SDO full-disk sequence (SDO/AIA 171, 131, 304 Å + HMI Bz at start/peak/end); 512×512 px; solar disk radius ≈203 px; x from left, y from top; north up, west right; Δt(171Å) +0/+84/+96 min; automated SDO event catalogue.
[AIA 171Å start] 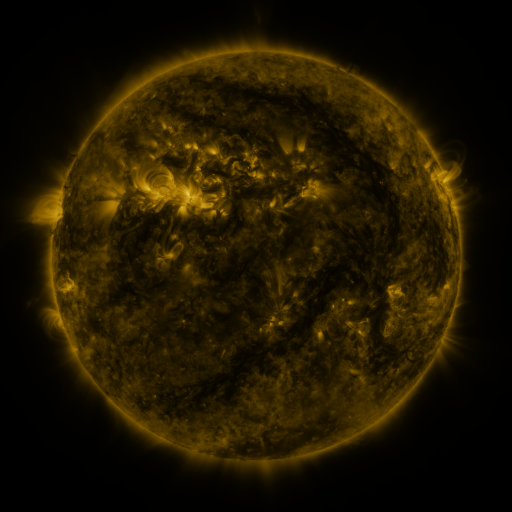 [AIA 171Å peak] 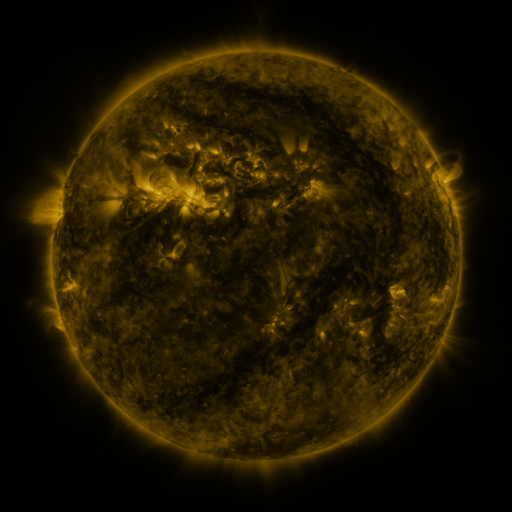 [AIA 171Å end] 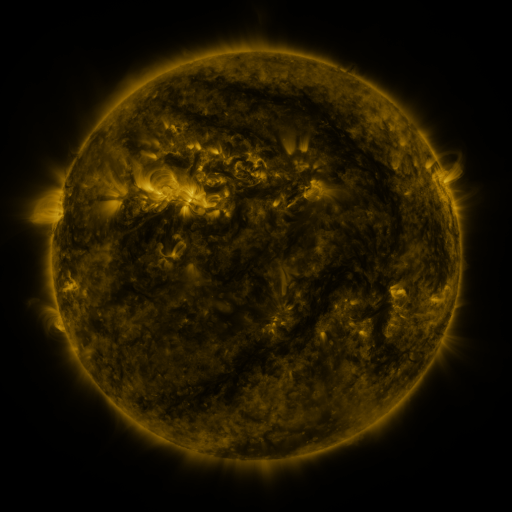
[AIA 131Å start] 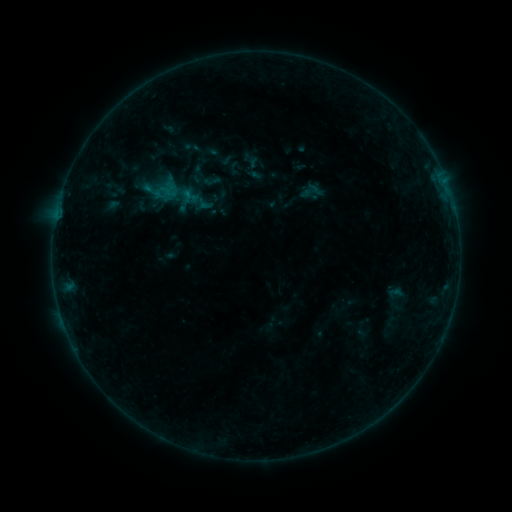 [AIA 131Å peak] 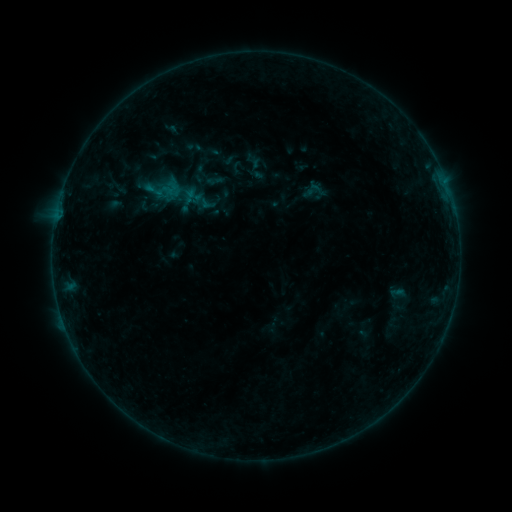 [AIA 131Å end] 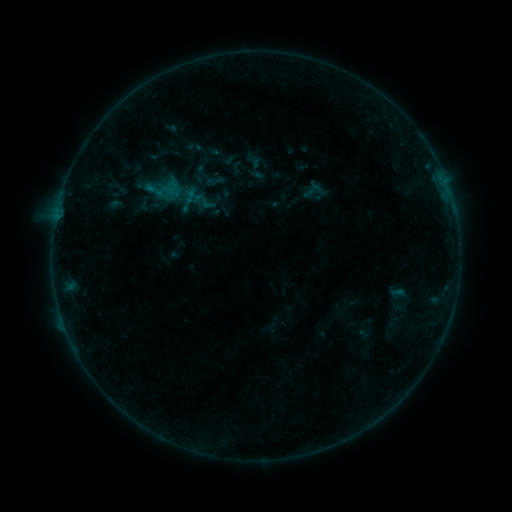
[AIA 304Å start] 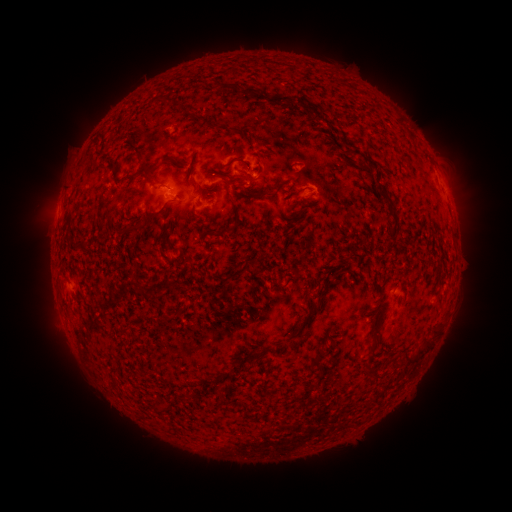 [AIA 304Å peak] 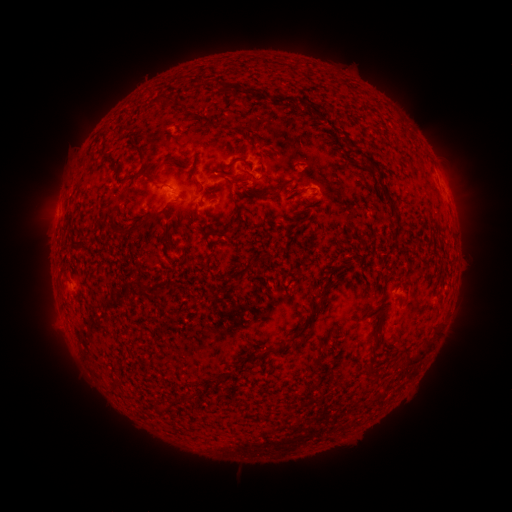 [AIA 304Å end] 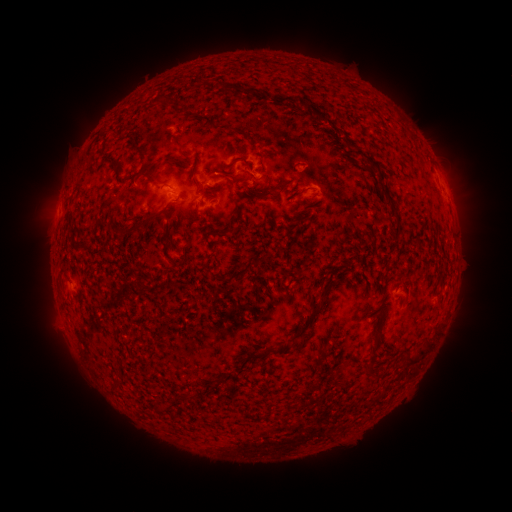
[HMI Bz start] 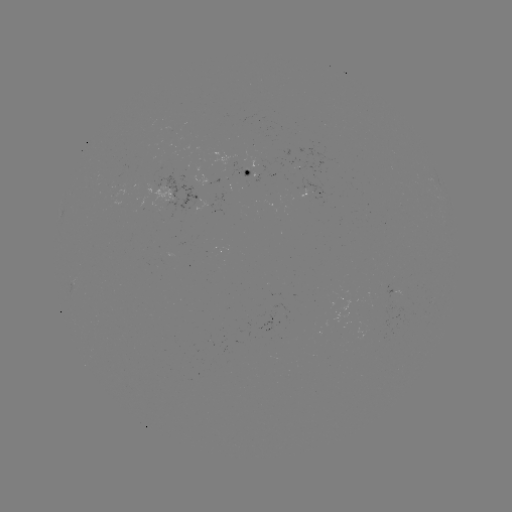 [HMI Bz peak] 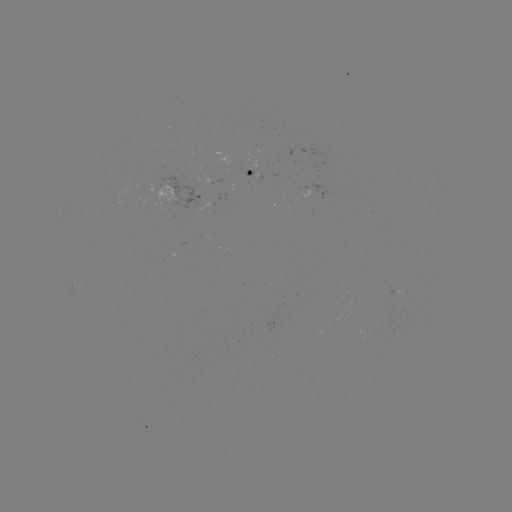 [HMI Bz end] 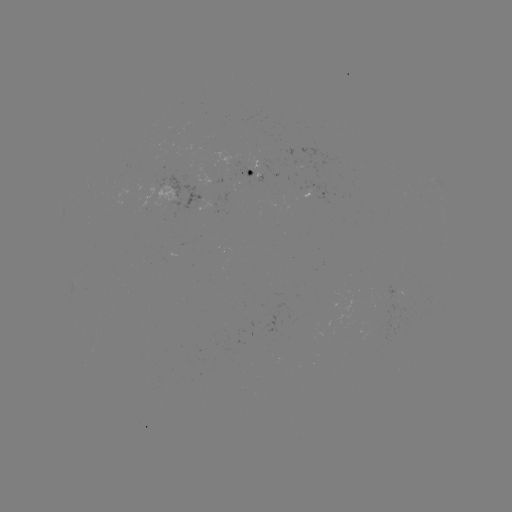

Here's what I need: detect emerging-flux region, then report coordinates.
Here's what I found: emerging-flux region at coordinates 249,170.